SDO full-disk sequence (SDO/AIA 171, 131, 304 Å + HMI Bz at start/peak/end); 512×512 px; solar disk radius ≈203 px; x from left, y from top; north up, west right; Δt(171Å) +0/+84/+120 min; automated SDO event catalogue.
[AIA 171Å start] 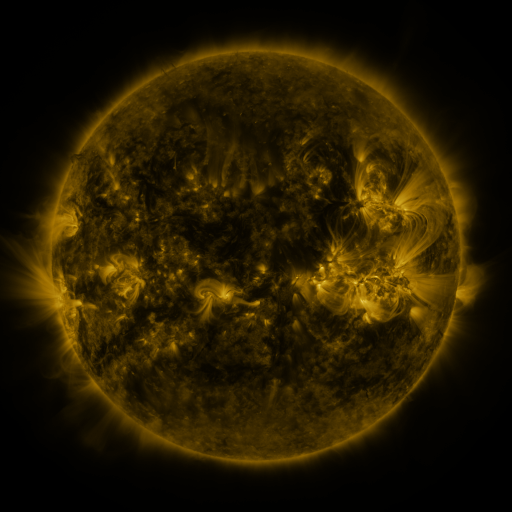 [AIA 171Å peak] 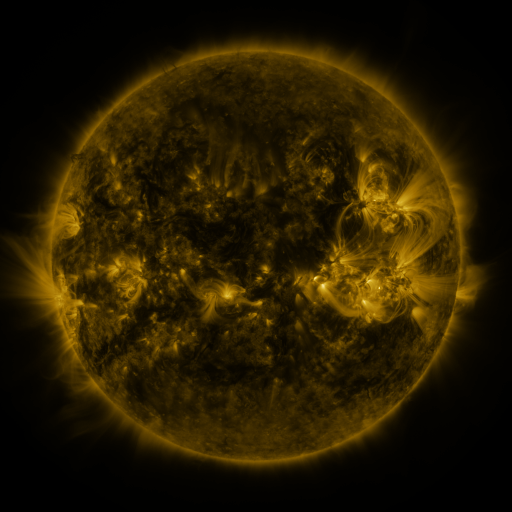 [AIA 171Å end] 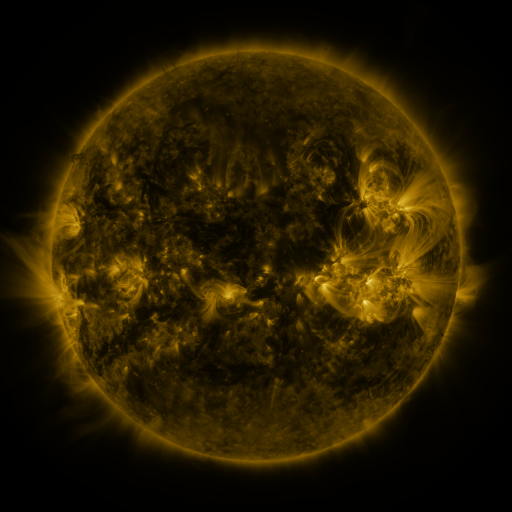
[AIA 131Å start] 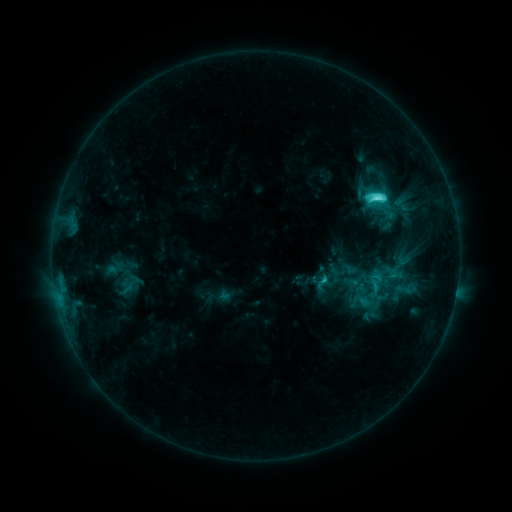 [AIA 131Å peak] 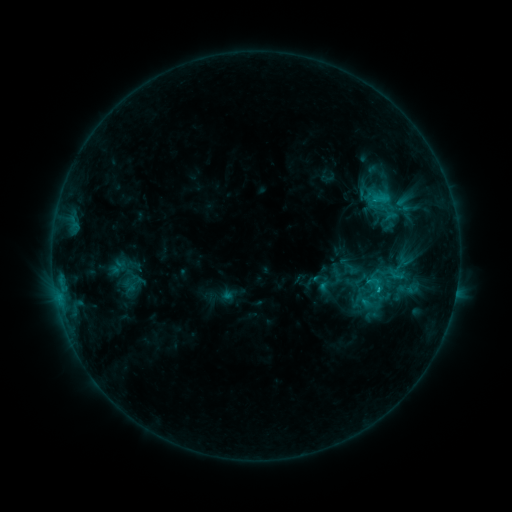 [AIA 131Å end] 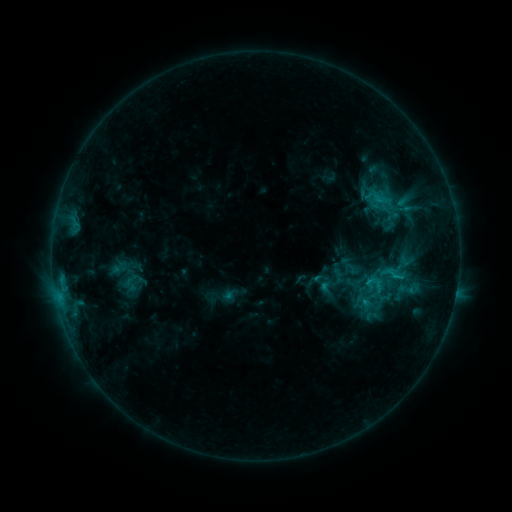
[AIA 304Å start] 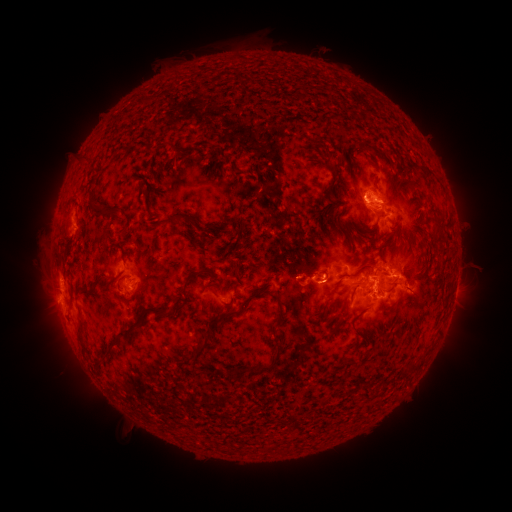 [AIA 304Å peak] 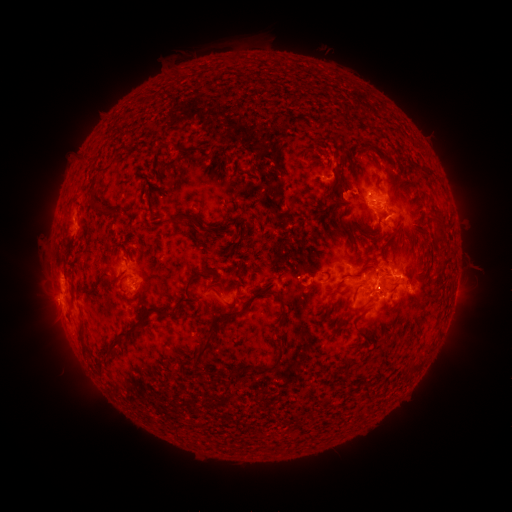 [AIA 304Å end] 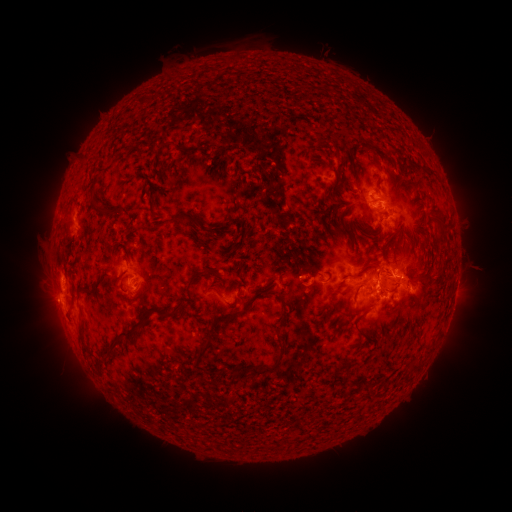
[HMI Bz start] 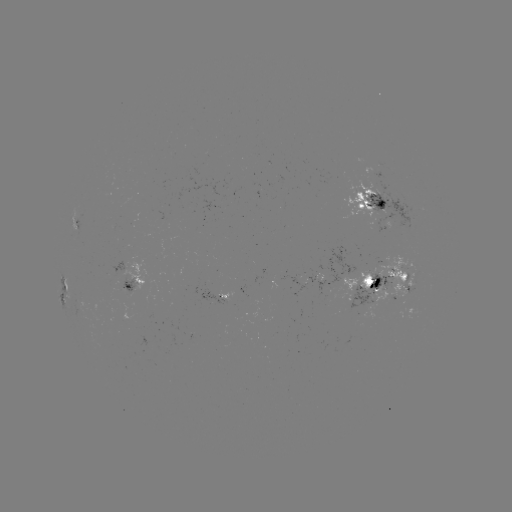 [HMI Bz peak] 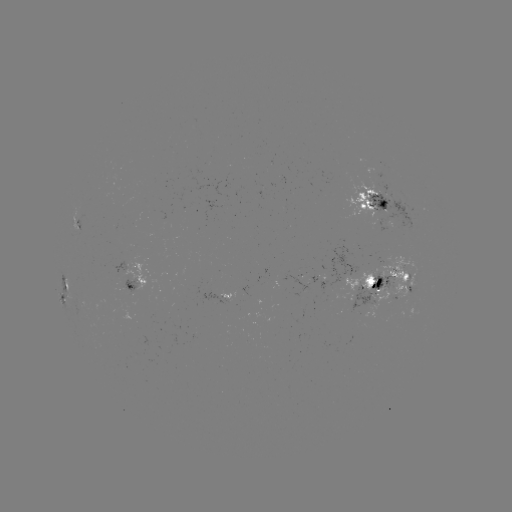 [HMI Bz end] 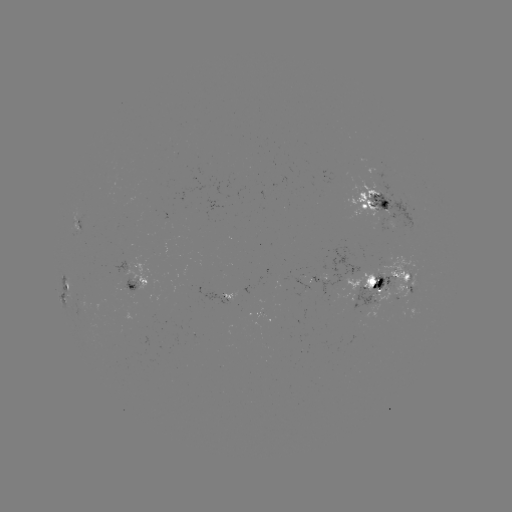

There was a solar emerging-flux region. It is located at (336, 285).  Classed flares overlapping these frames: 1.